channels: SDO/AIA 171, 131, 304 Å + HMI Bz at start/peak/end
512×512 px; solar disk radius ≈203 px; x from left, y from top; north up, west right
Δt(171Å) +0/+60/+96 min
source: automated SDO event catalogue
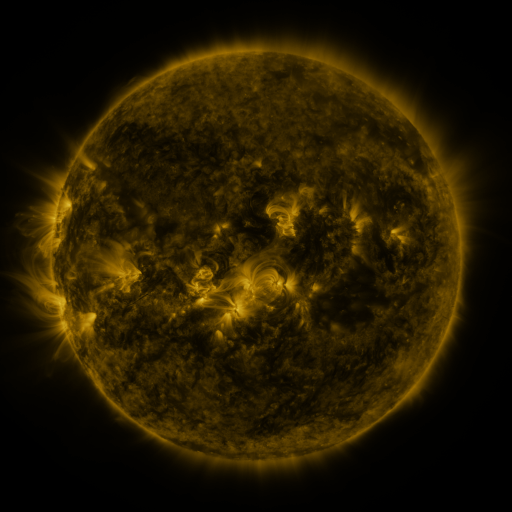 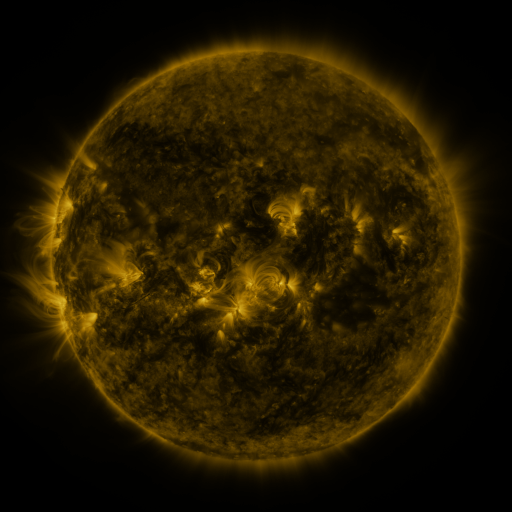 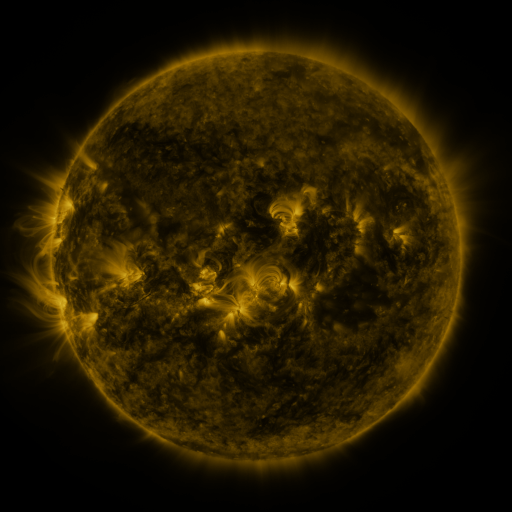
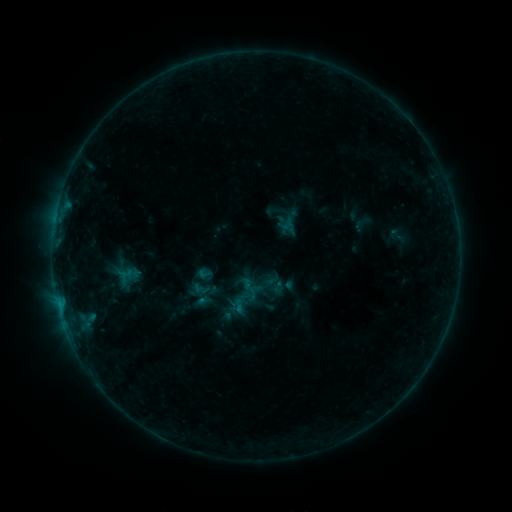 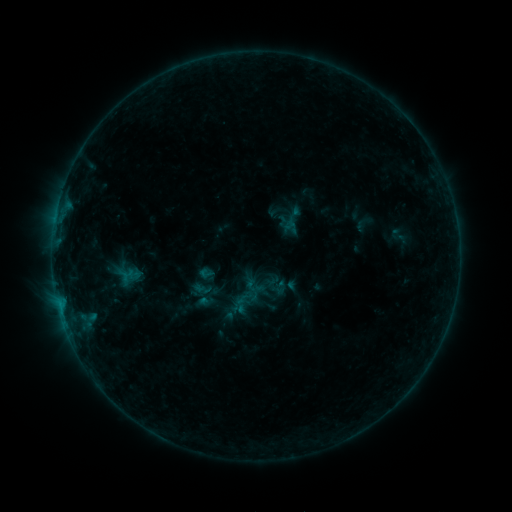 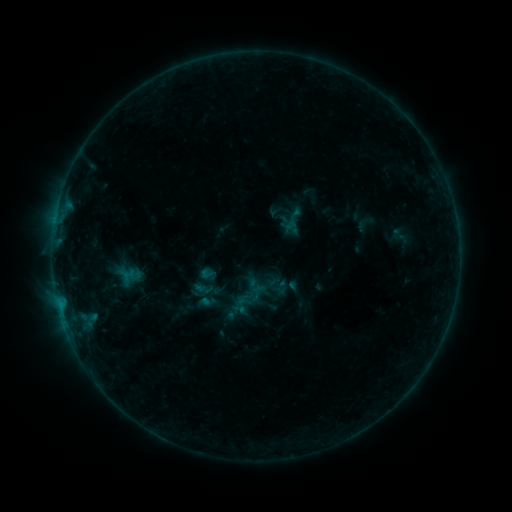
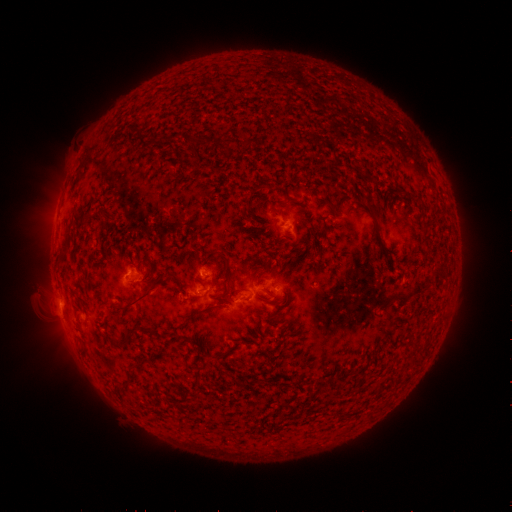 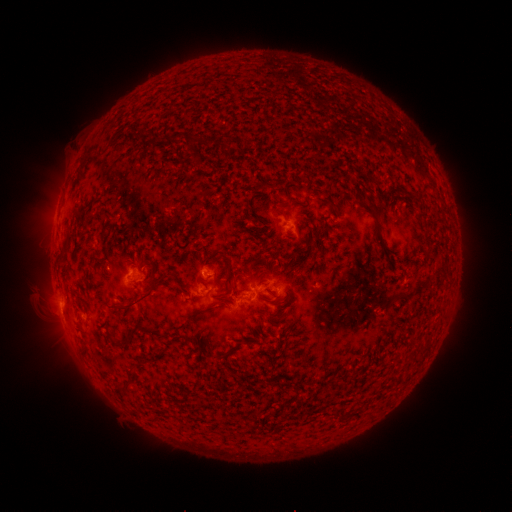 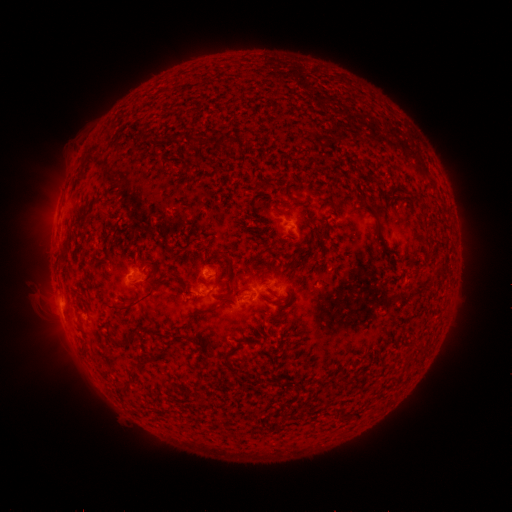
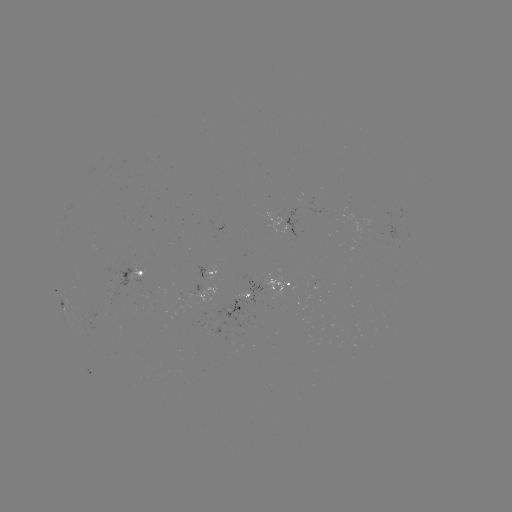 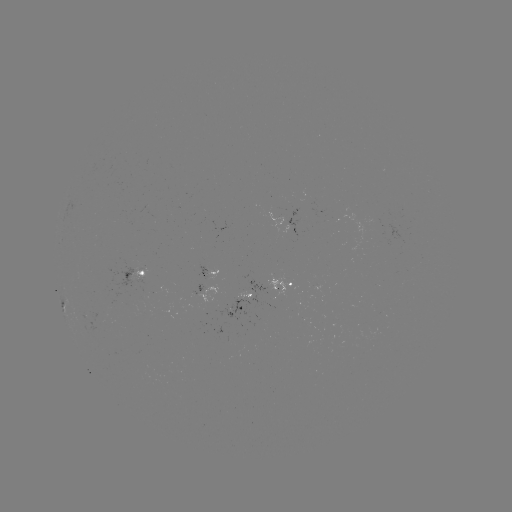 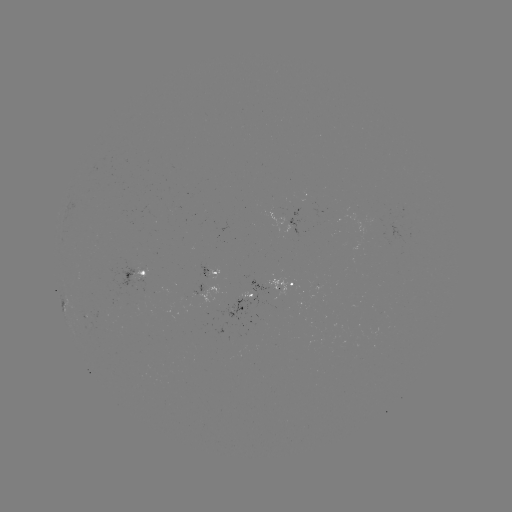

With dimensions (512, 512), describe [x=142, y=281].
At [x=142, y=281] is emerging-flux region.